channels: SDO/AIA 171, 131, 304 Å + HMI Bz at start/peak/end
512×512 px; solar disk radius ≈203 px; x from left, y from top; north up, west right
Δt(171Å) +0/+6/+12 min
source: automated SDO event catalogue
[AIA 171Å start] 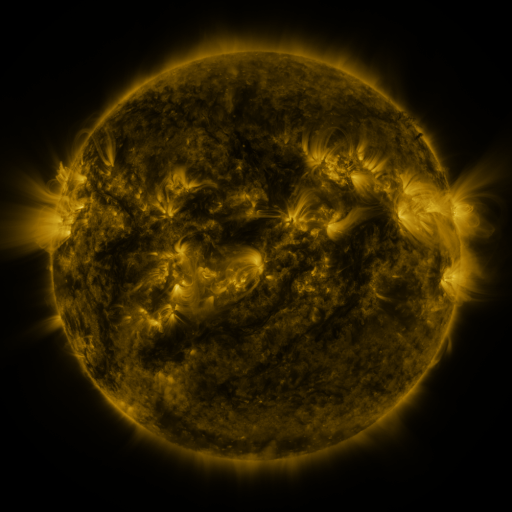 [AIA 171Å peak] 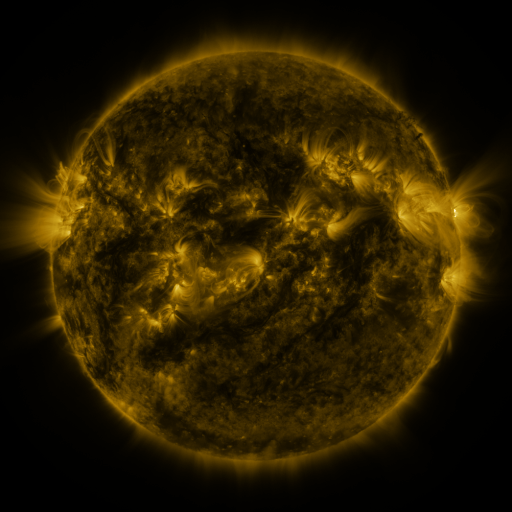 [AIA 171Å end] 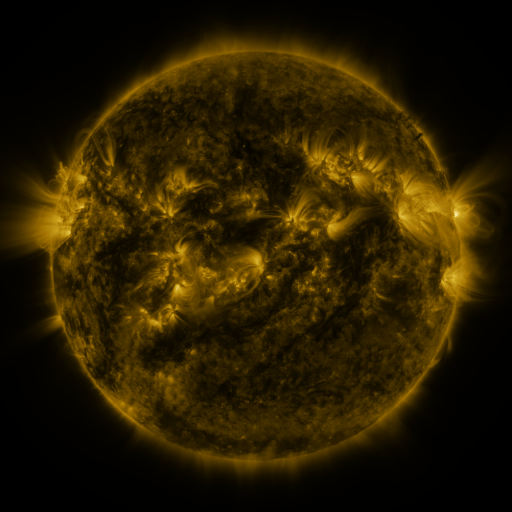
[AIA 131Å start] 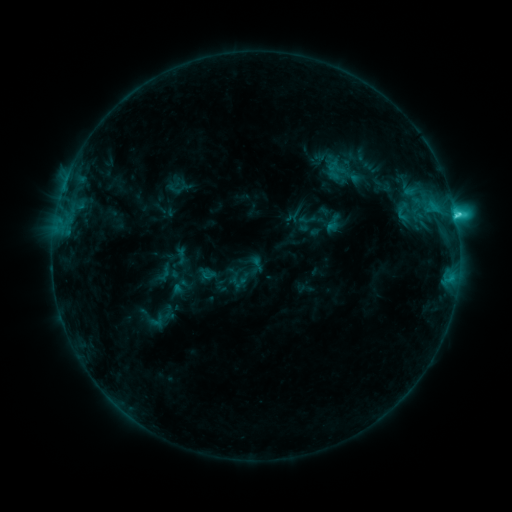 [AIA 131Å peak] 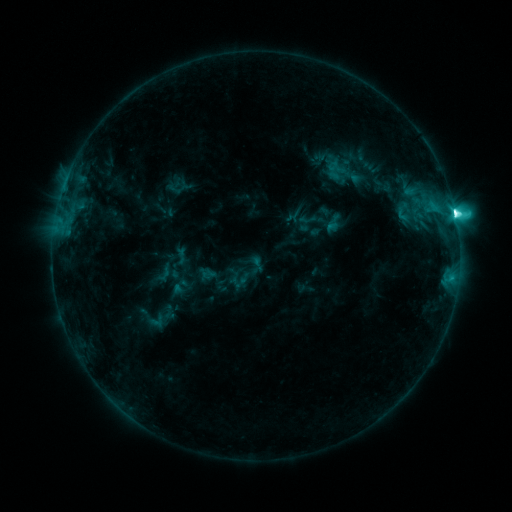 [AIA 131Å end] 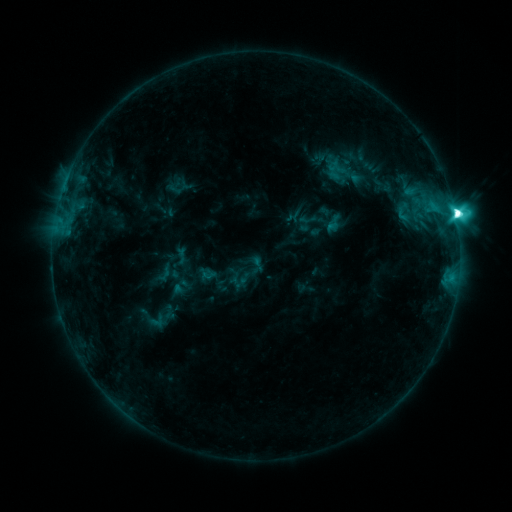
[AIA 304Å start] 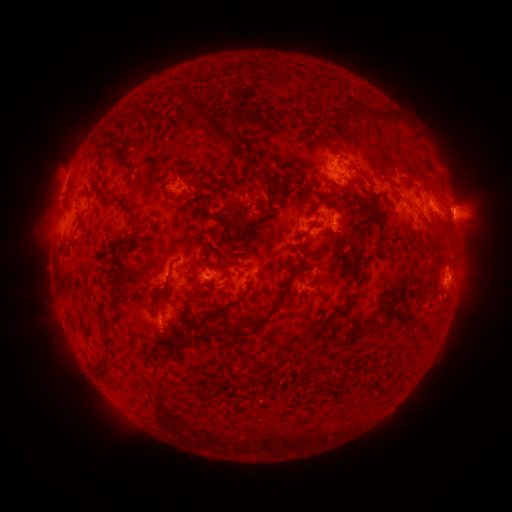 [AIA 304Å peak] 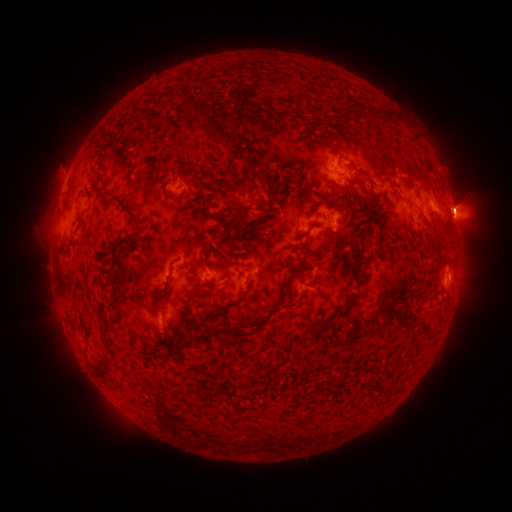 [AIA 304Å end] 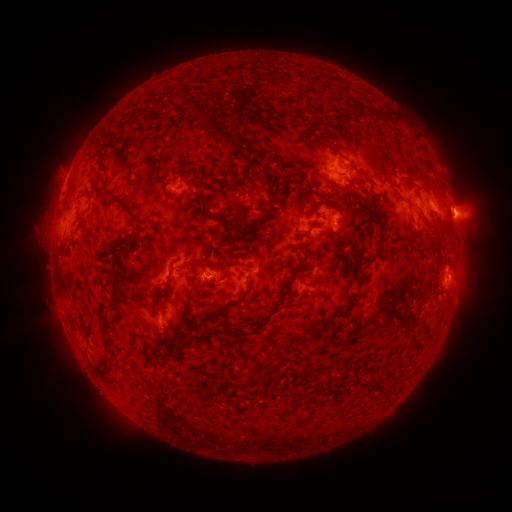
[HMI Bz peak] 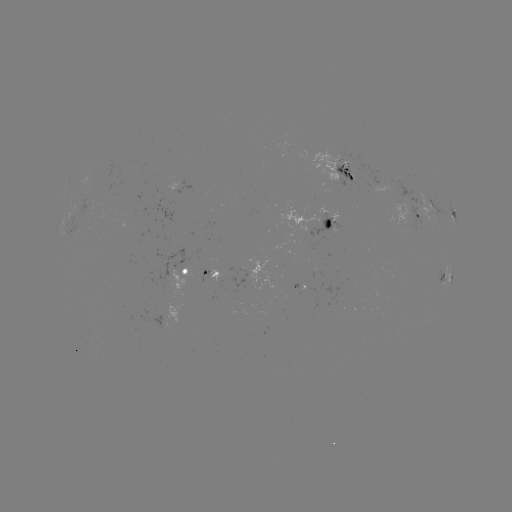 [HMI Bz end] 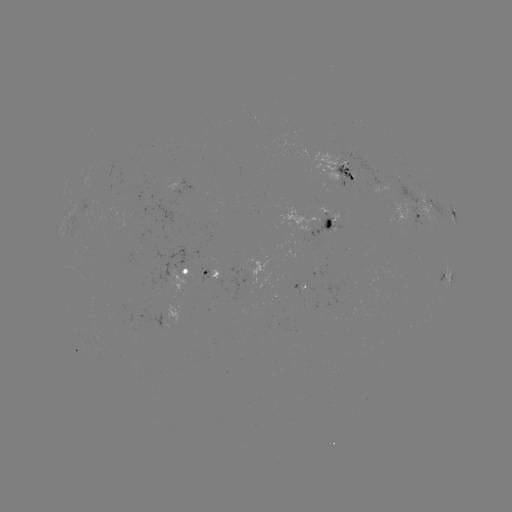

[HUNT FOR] M2.1 flare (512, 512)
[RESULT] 453,217